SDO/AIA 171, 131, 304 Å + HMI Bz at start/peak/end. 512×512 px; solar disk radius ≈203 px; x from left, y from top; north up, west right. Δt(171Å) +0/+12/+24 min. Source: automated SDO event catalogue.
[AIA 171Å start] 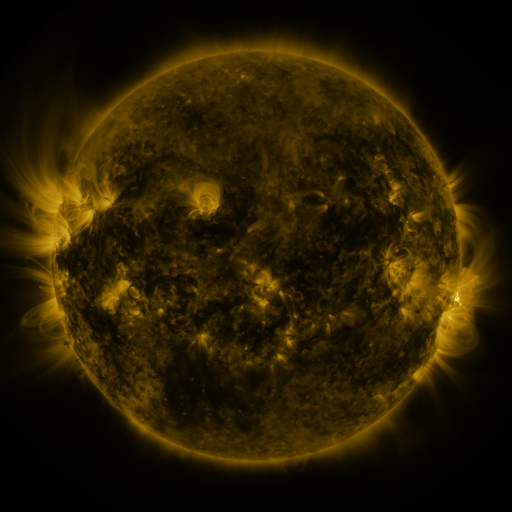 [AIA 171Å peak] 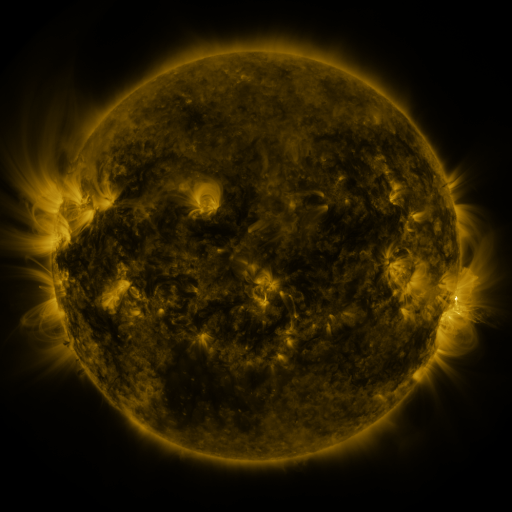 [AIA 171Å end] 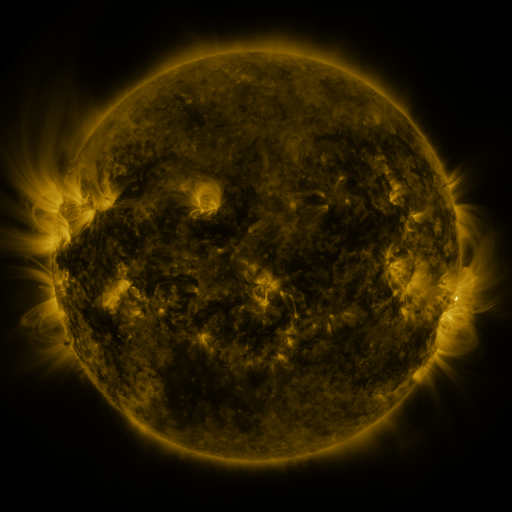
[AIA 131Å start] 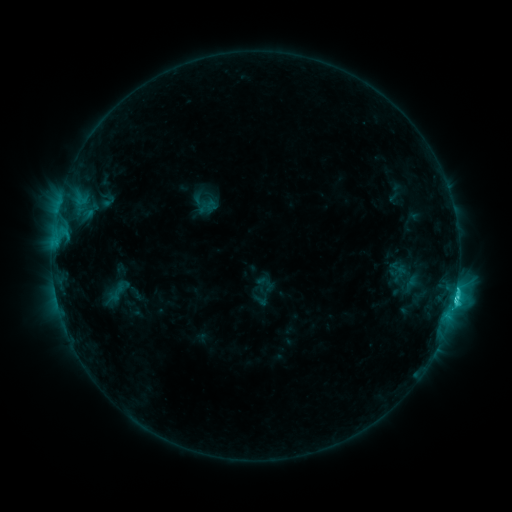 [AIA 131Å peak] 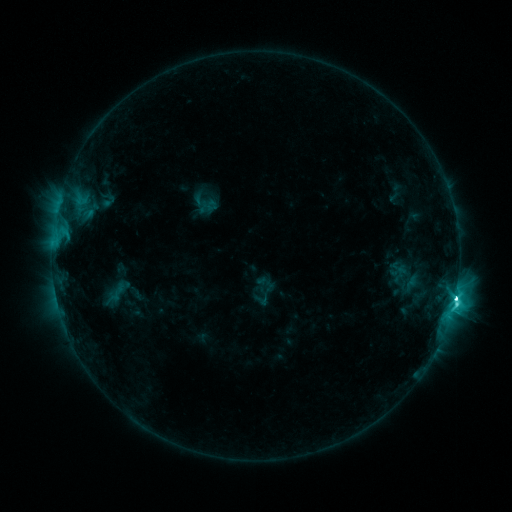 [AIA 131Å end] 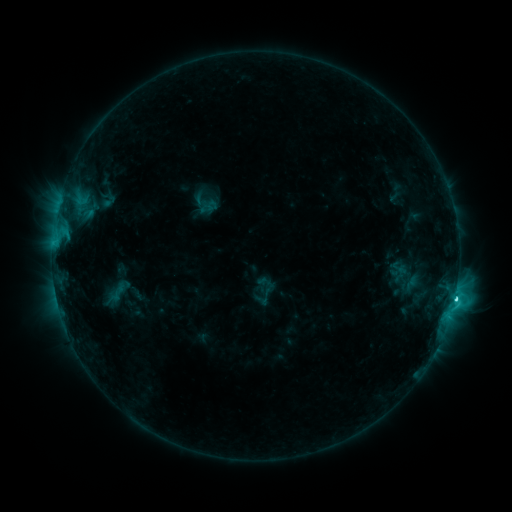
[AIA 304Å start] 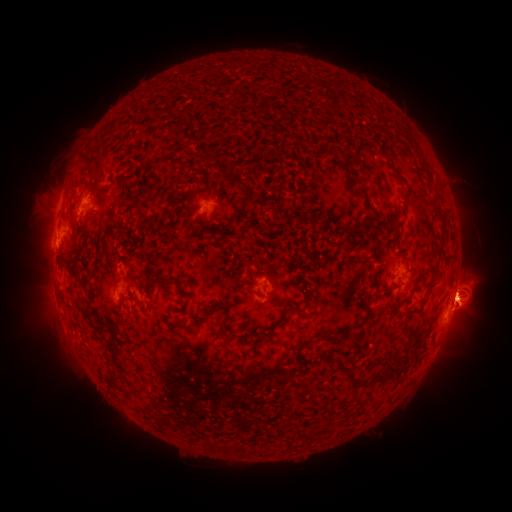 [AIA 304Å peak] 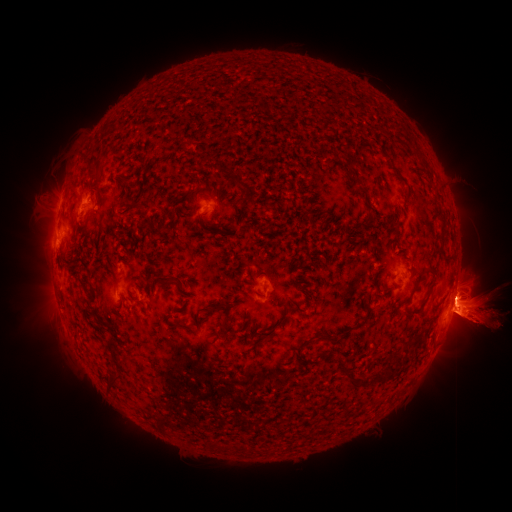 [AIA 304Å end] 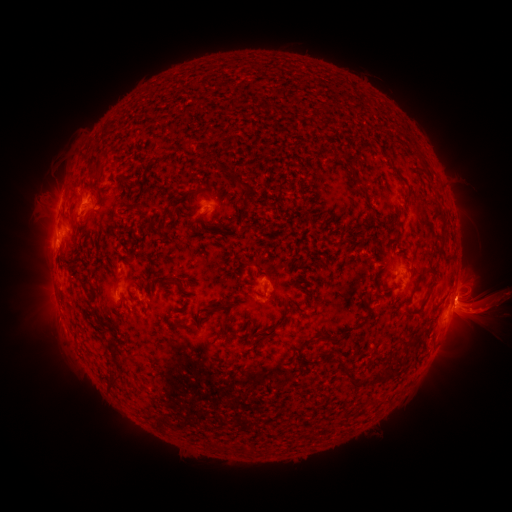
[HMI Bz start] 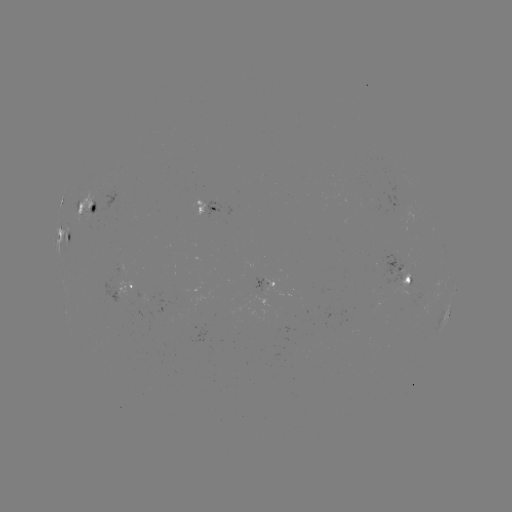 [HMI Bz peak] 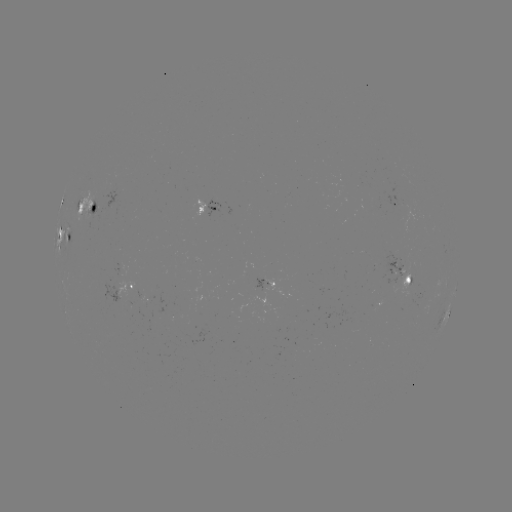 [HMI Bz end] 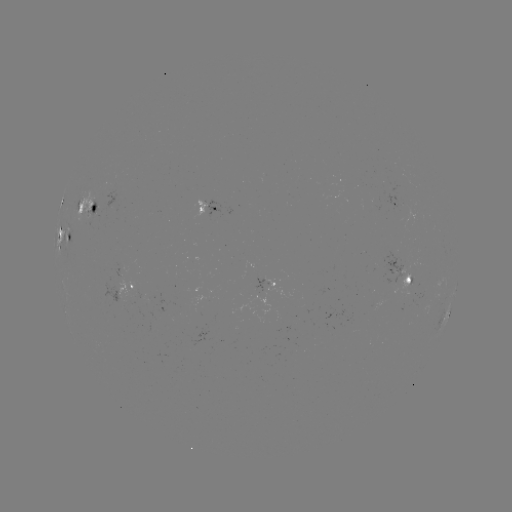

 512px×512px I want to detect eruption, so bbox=[0, 289, 75, 349].